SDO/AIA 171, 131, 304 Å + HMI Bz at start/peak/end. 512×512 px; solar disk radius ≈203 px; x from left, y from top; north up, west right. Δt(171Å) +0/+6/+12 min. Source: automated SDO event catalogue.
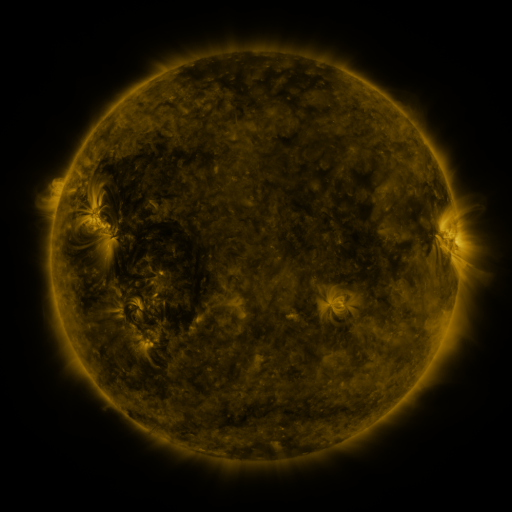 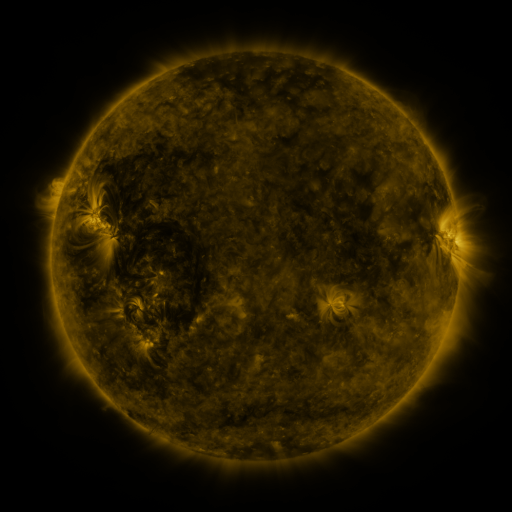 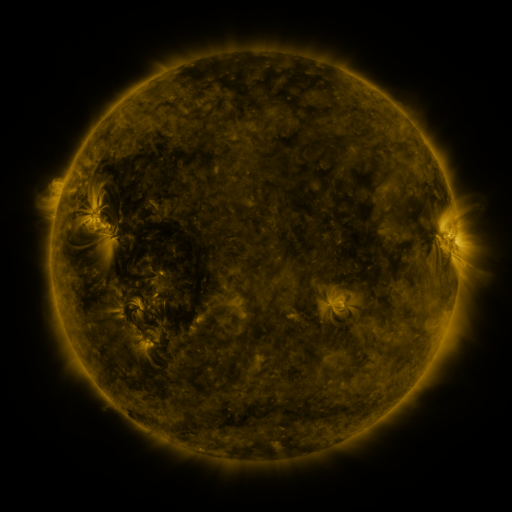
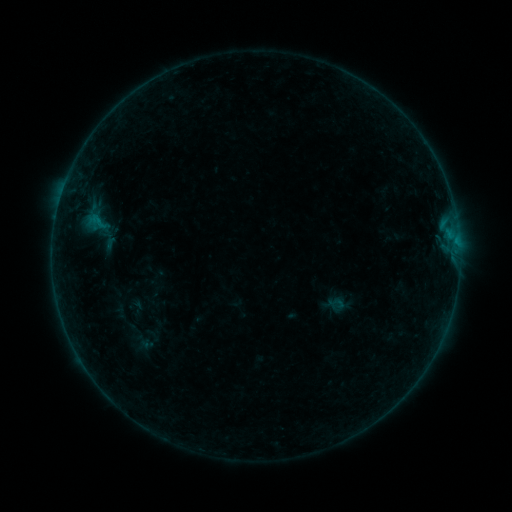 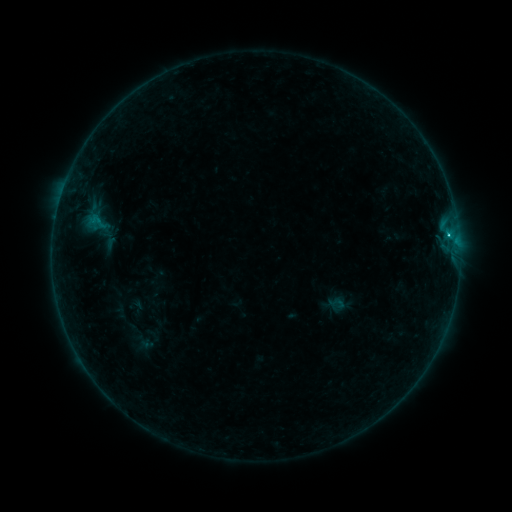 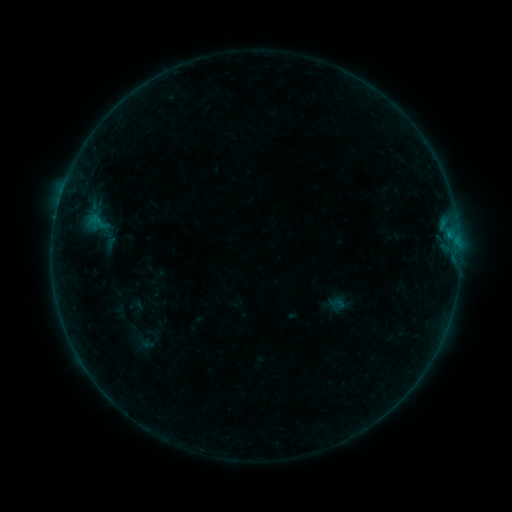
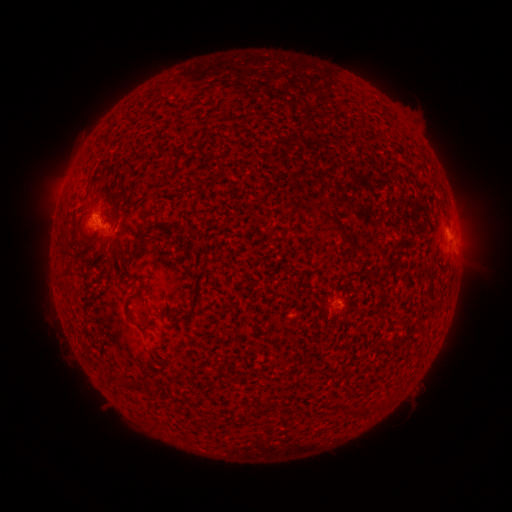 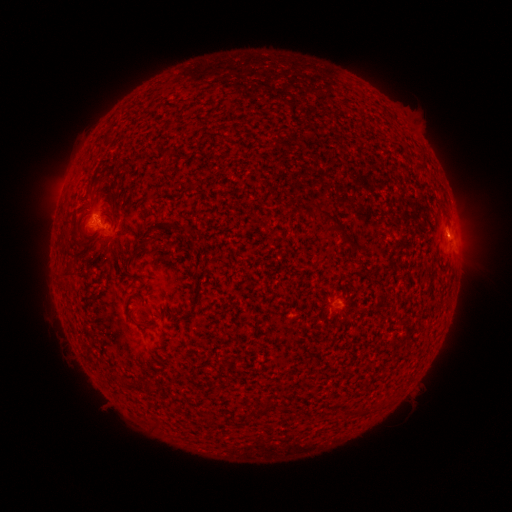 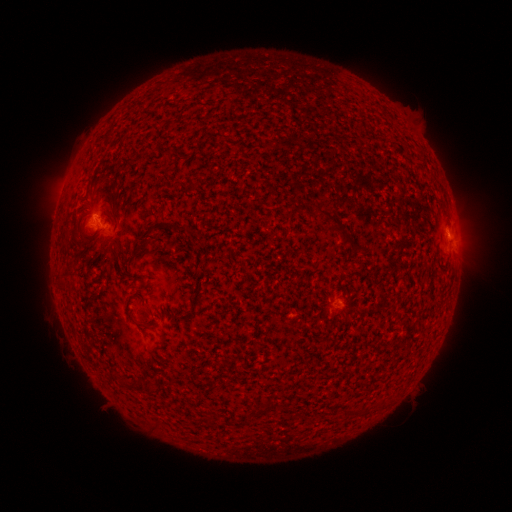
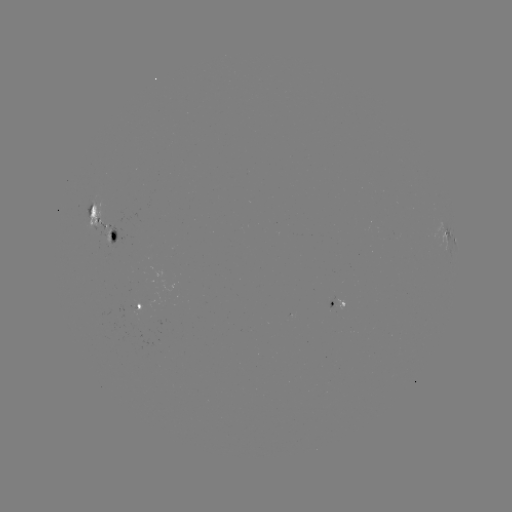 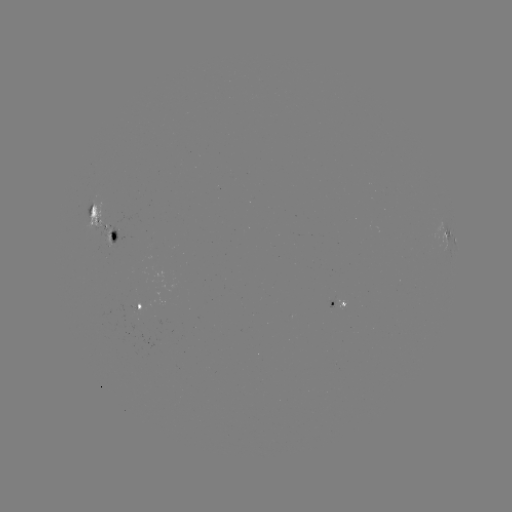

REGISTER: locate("B4.9 flare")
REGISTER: (447, 235)